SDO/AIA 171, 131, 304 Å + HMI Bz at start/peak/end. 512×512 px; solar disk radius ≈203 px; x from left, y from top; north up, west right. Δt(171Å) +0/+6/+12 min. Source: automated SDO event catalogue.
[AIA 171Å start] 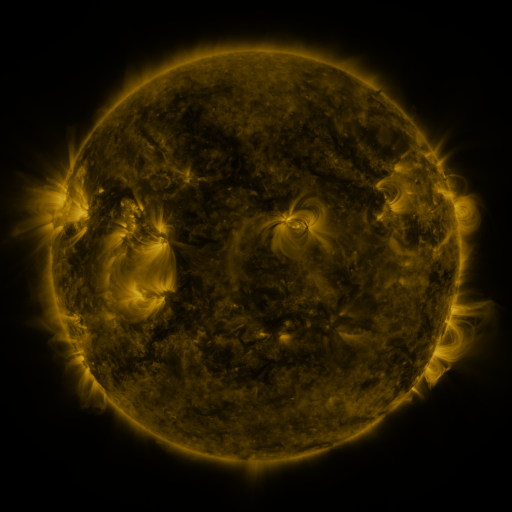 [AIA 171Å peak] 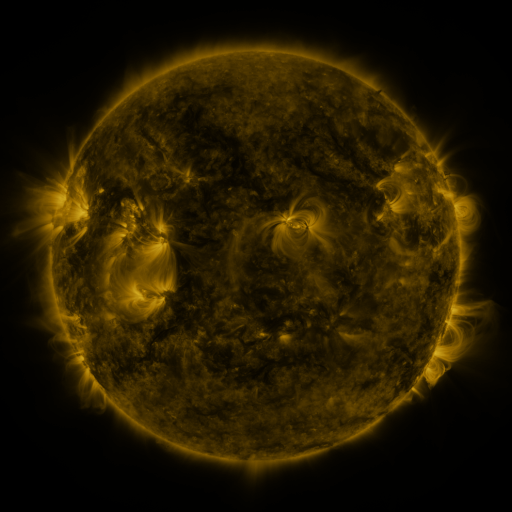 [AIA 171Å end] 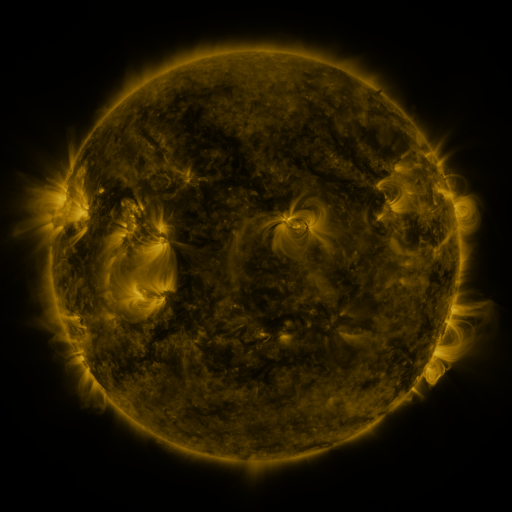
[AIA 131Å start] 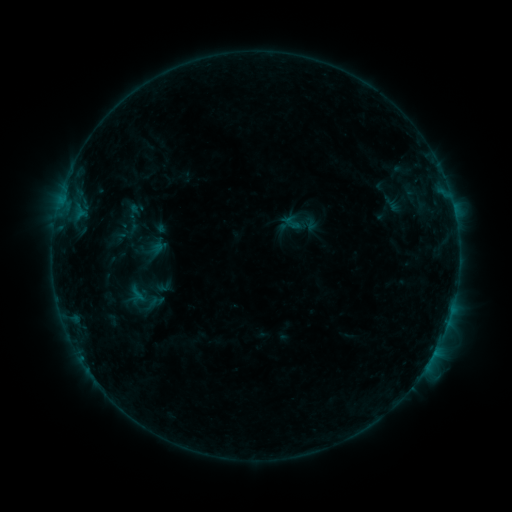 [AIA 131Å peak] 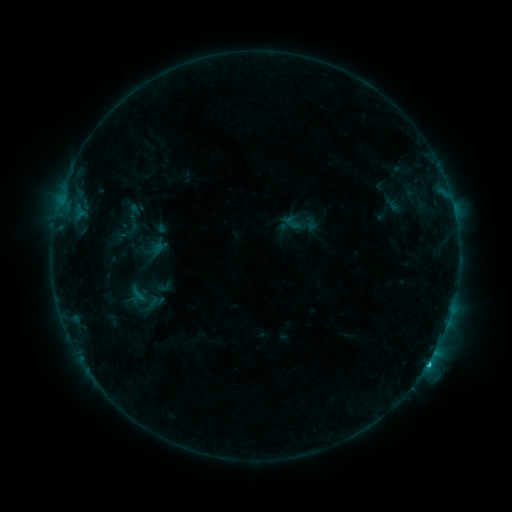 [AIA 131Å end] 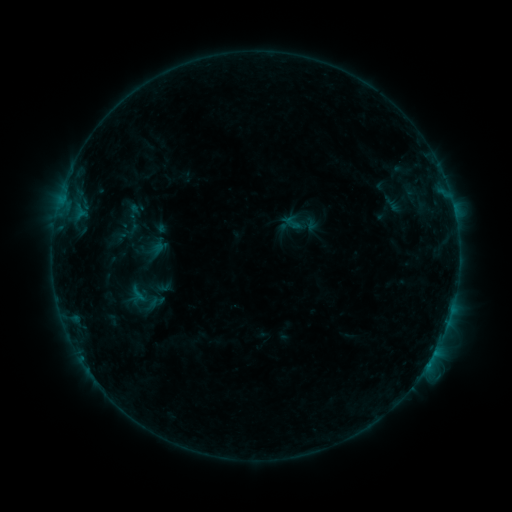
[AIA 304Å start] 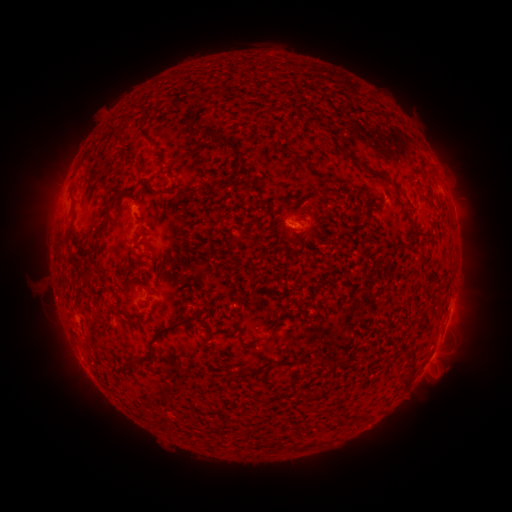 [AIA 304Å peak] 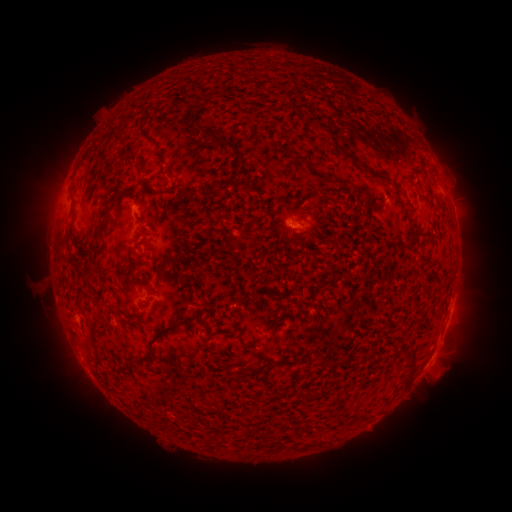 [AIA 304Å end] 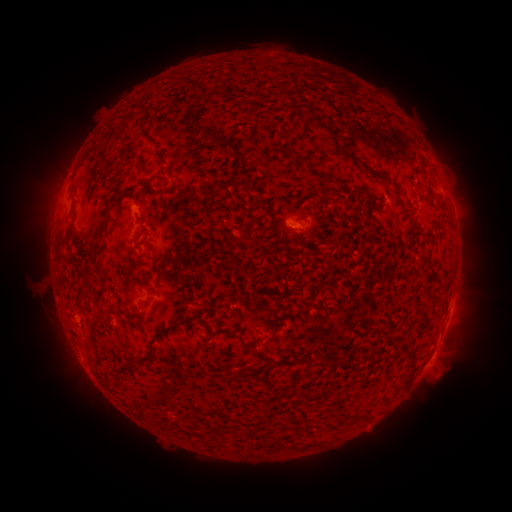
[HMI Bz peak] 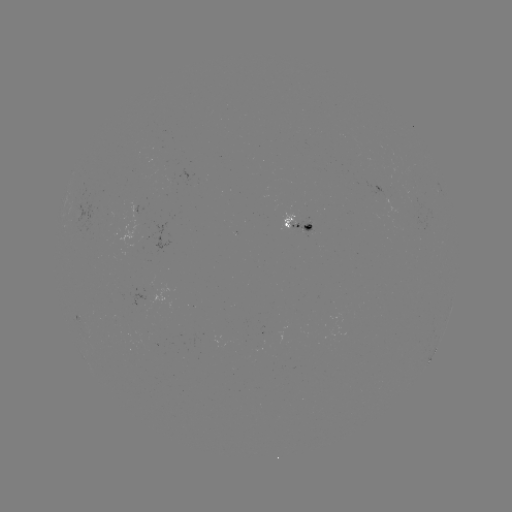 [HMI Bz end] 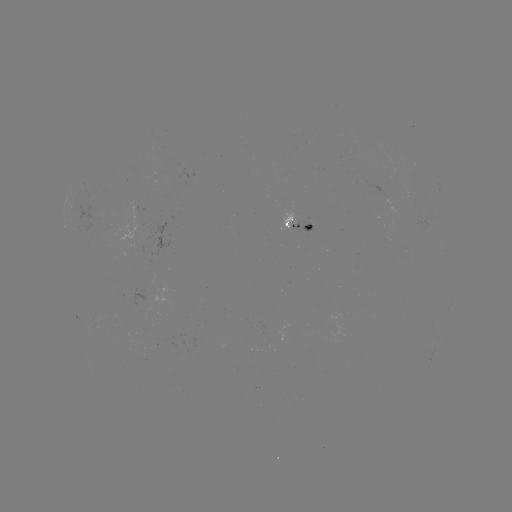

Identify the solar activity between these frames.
B7.2 flare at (428, 363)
